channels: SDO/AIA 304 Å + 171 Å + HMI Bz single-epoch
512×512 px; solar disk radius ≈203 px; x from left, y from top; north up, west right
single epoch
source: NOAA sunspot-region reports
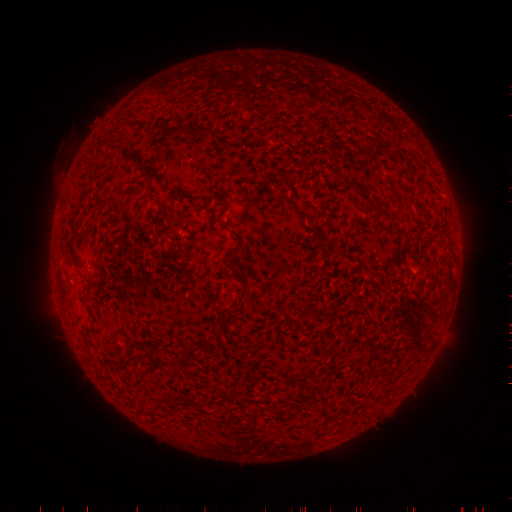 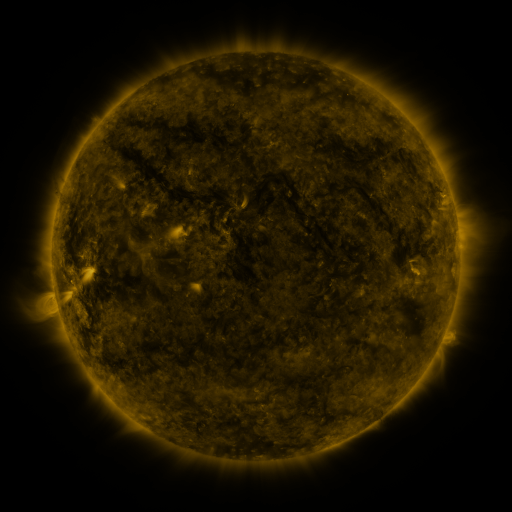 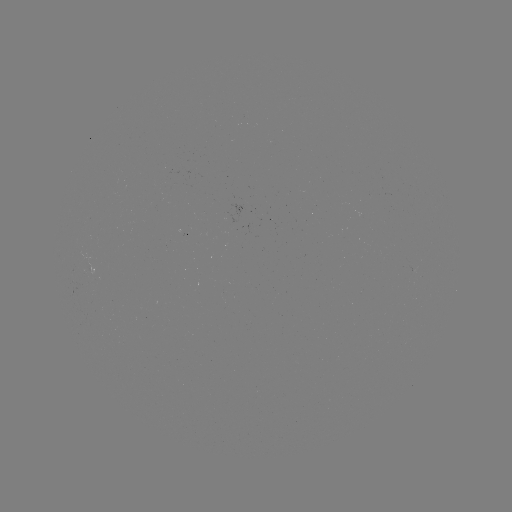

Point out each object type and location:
(none)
